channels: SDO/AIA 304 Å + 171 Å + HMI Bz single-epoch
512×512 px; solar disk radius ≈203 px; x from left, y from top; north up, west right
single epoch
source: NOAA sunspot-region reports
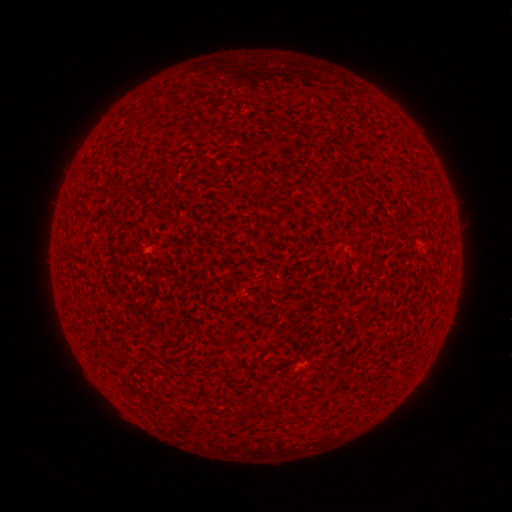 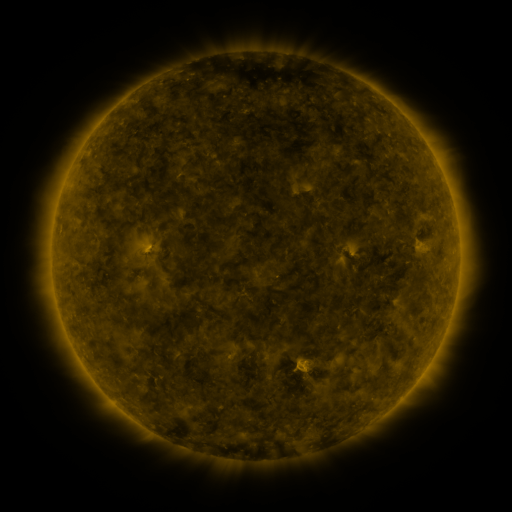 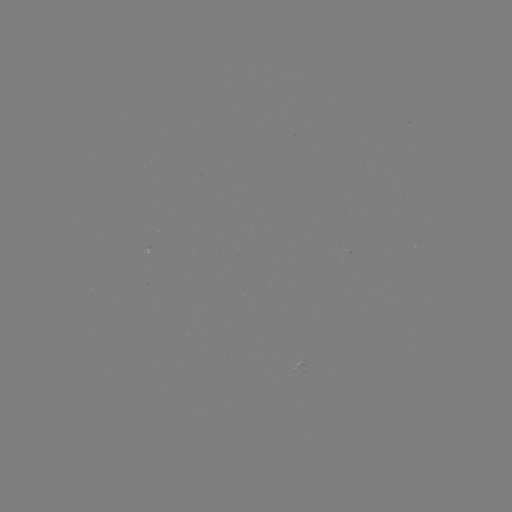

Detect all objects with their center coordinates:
(none)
